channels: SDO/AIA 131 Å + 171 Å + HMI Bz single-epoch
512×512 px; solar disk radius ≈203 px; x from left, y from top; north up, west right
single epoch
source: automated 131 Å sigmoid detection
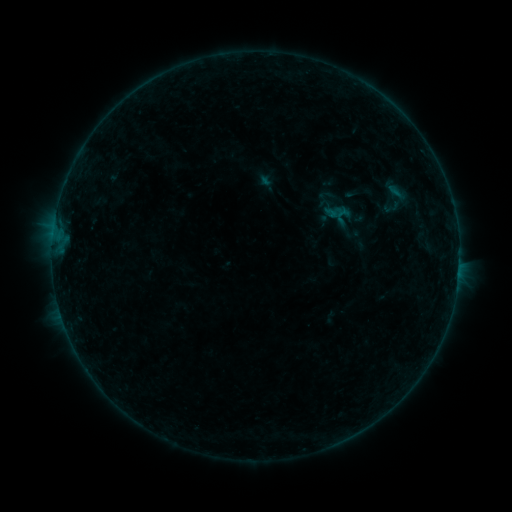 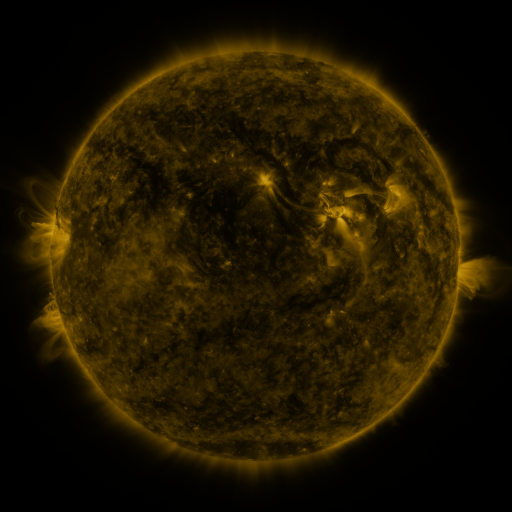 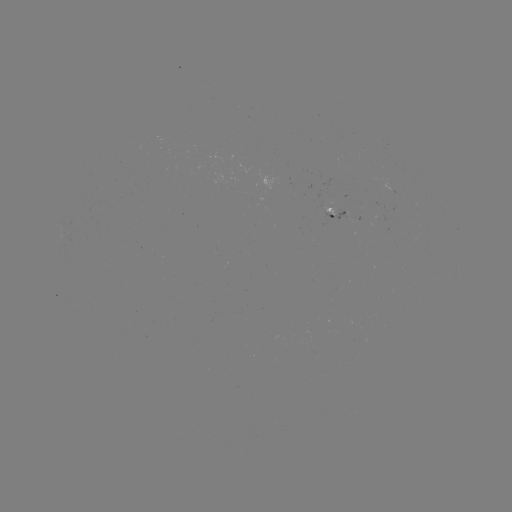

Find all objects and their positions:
sigmoid: (374, 178, 418, 219)
